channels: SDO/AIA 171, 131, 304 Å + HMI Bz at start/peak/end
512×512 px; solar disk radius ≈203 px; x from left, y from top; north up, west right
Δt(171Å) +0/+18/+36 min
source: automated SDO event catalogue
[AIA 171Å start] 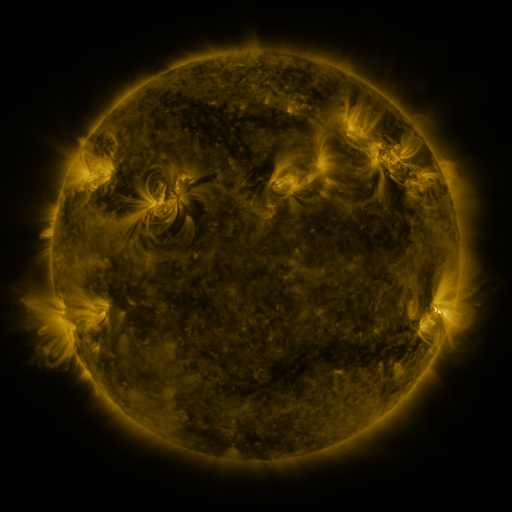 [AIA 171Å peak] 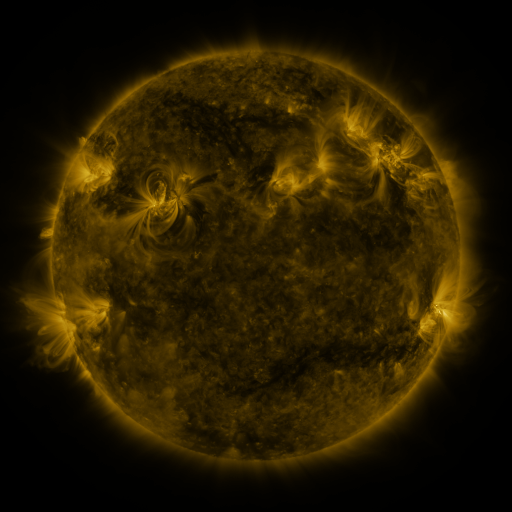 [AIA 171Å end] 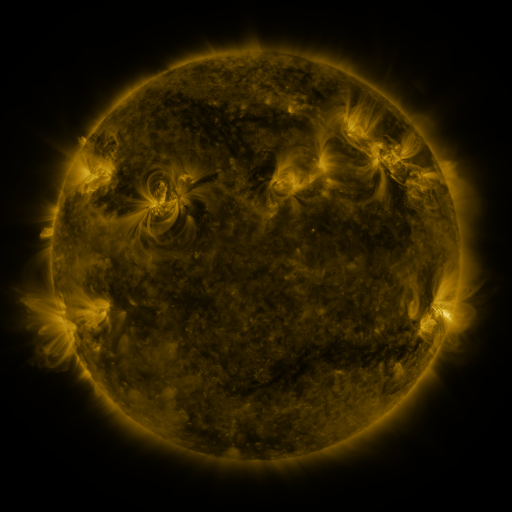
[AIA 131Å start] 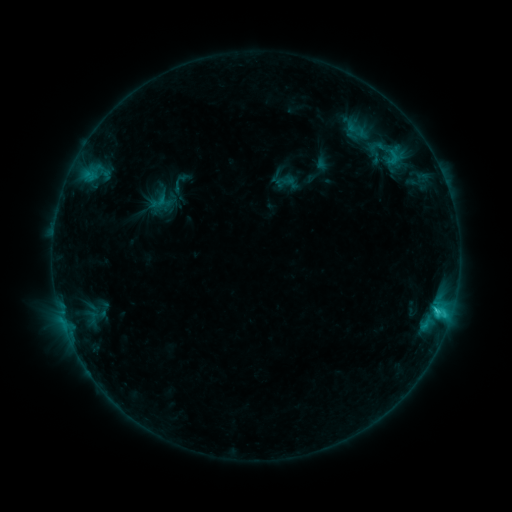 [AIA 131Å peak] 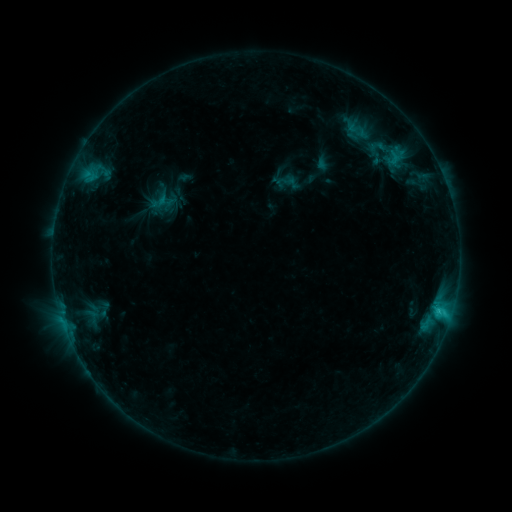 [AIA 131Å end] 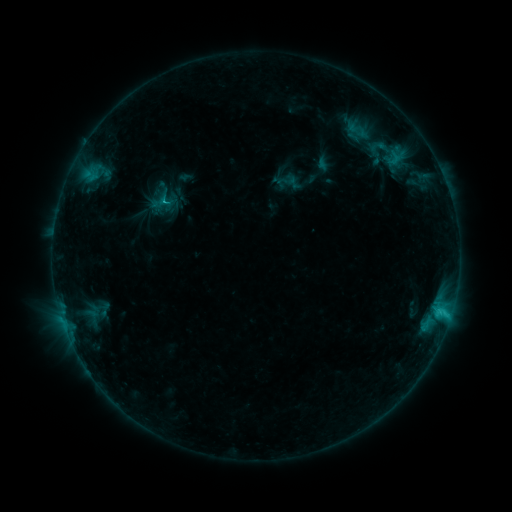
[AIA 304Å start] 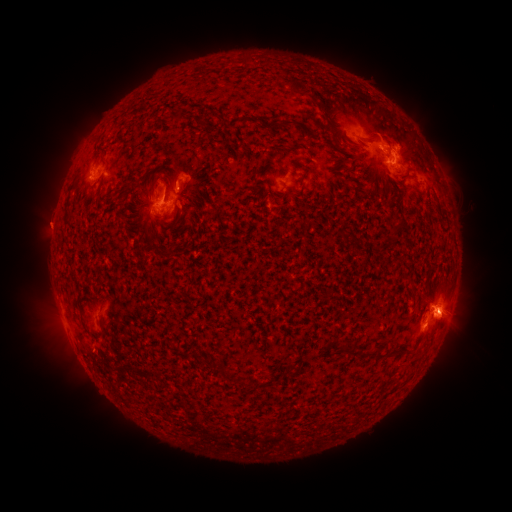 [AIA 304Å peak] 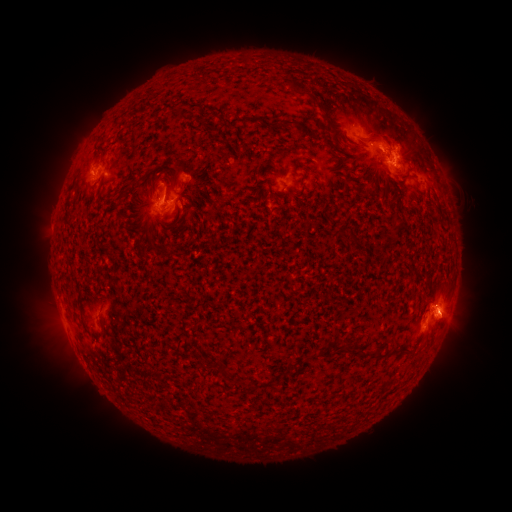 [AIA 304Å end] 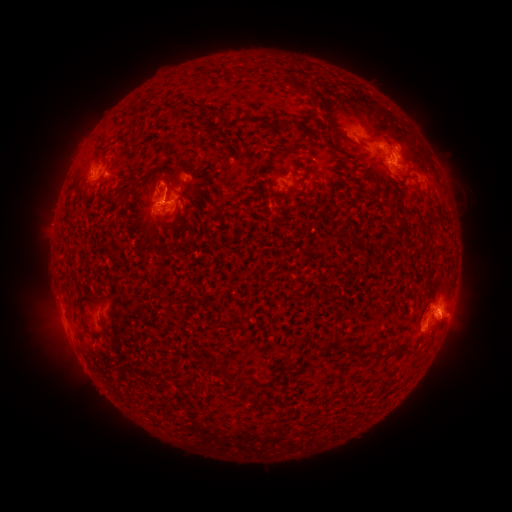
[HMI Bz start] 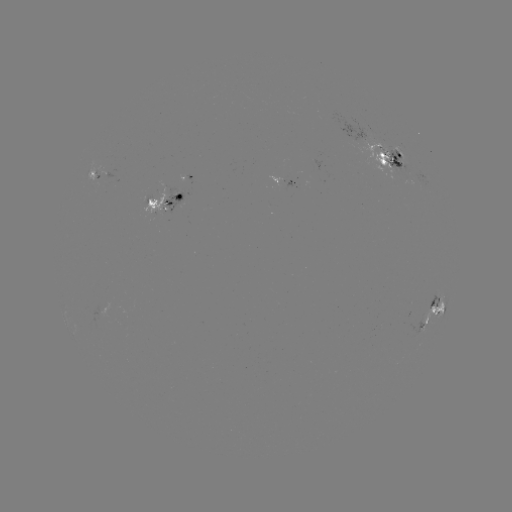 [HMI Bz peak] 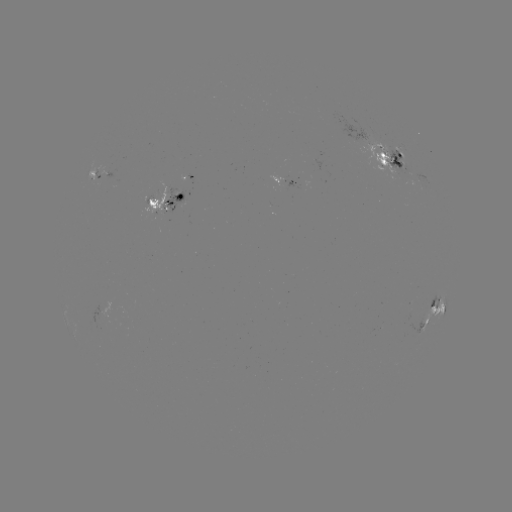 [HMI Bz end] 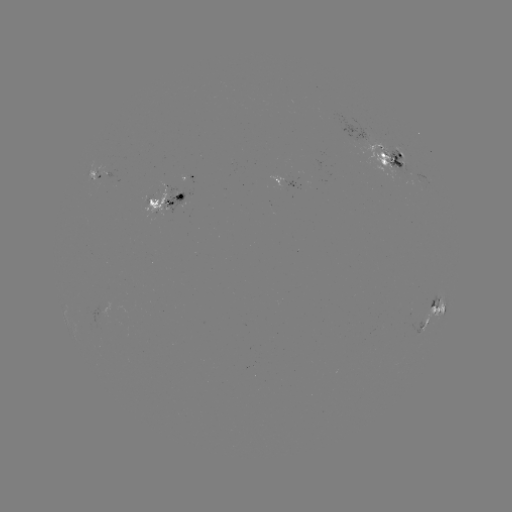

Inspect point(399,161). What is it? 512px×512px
emerging-flux region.